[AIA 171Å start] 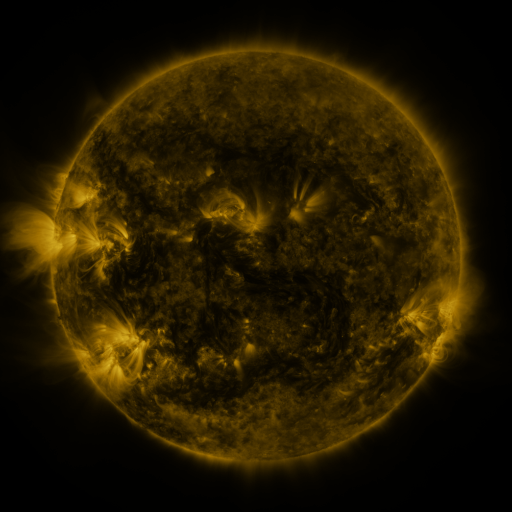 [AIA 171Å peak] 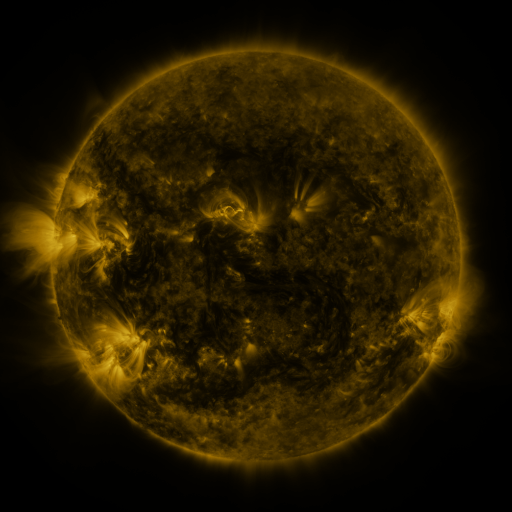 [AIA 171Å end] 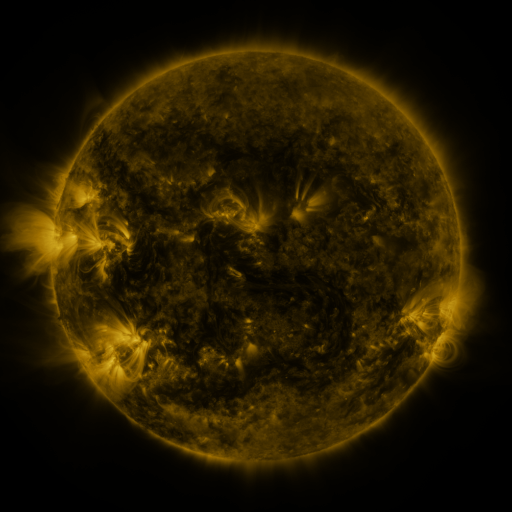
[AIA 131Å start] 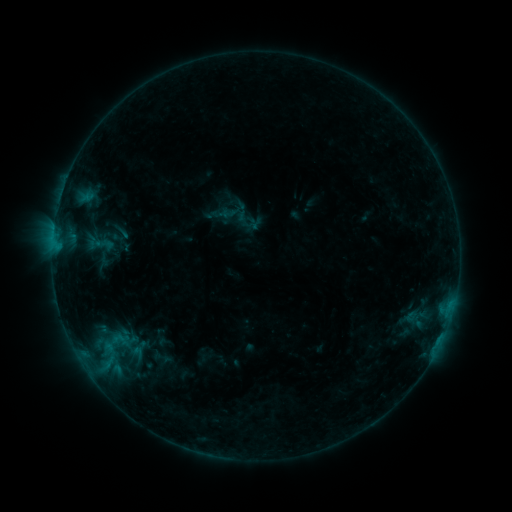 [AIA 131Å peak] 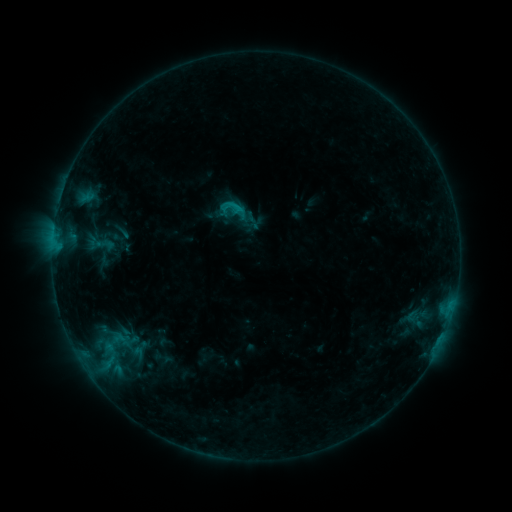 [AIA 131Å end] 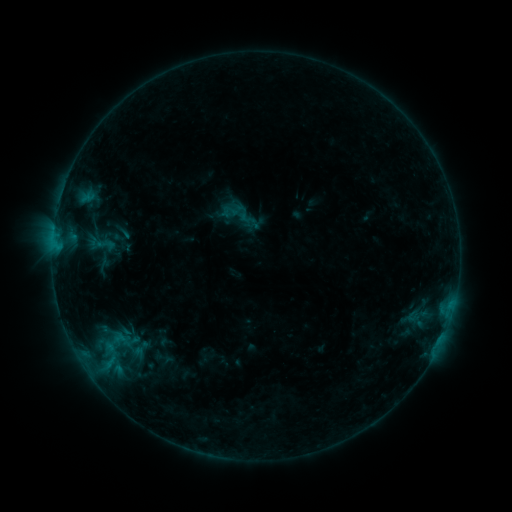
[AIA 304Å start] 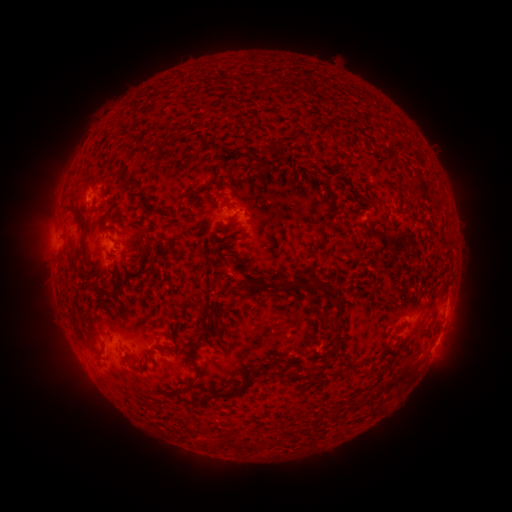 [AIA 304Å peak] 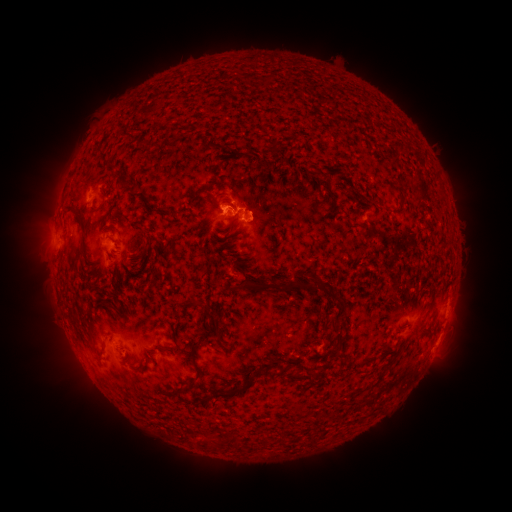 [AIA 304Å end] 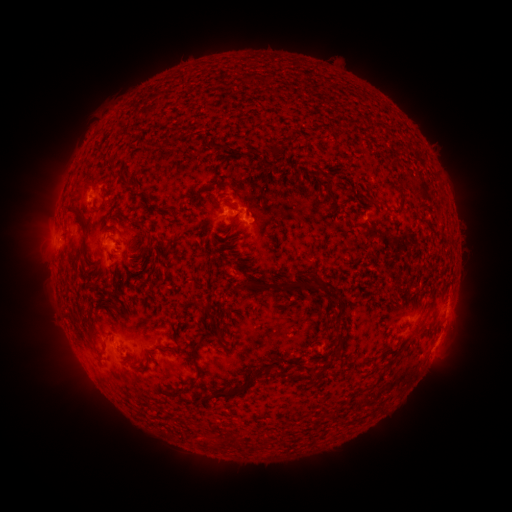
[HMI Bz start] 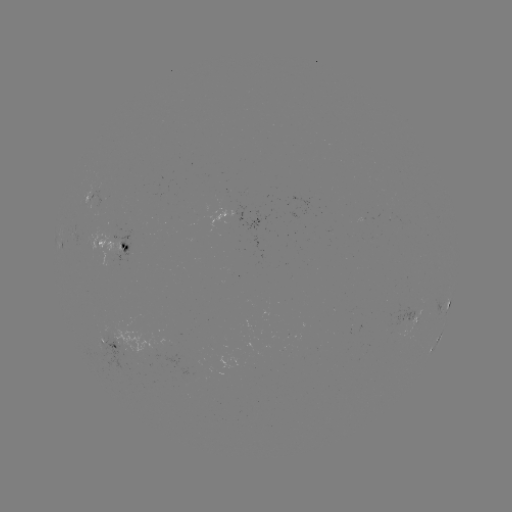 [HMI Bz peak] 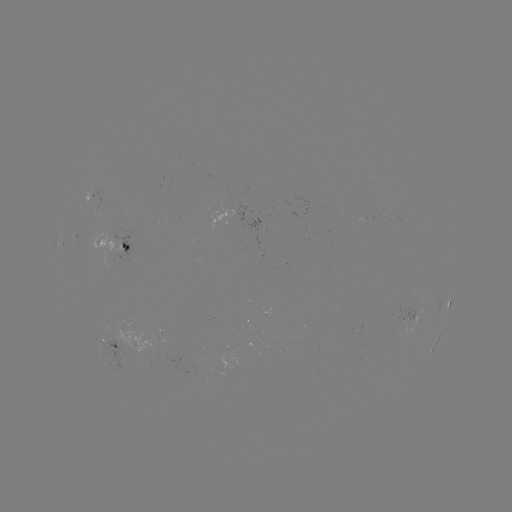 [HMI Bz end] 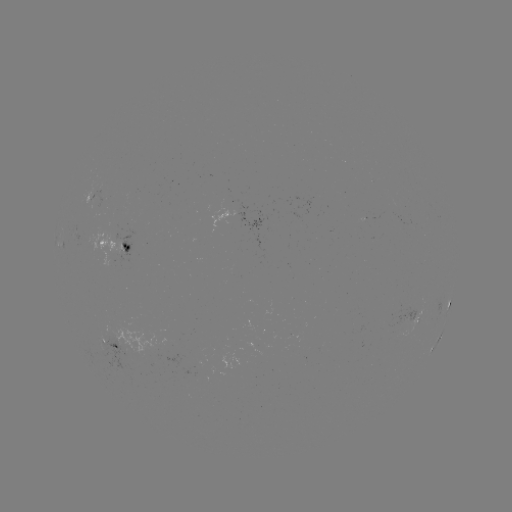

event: flare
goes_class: B8.7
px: (239, 210)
